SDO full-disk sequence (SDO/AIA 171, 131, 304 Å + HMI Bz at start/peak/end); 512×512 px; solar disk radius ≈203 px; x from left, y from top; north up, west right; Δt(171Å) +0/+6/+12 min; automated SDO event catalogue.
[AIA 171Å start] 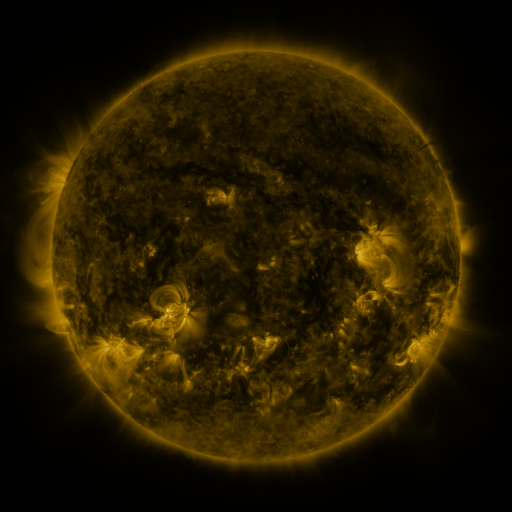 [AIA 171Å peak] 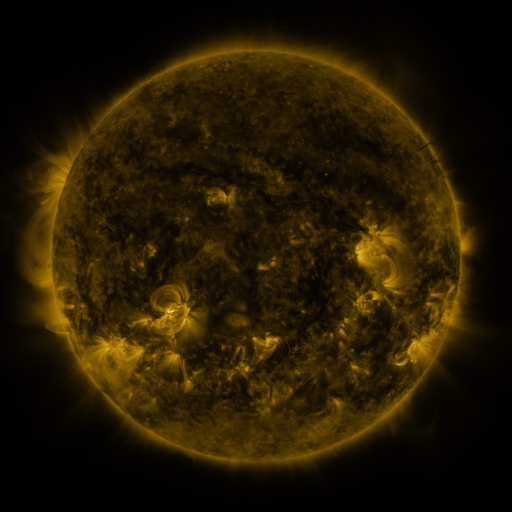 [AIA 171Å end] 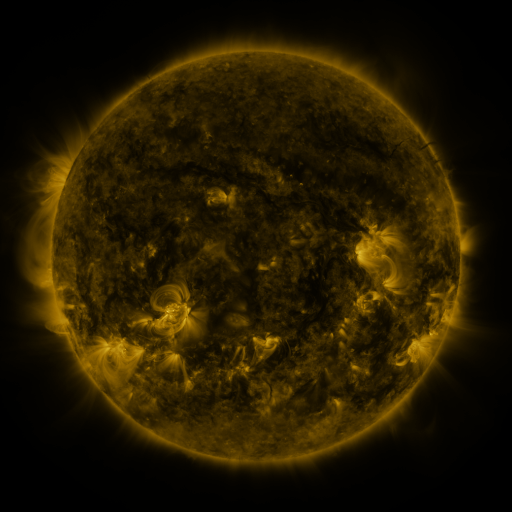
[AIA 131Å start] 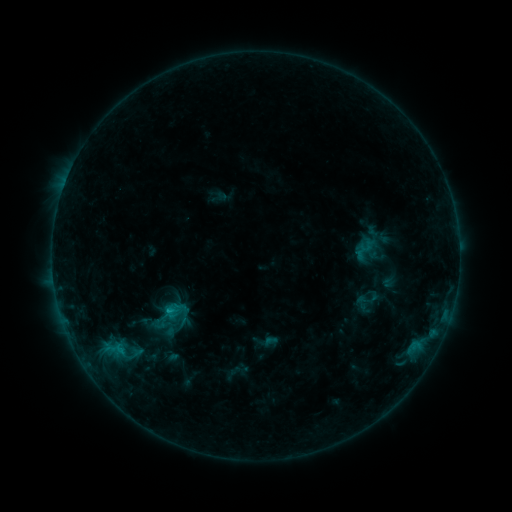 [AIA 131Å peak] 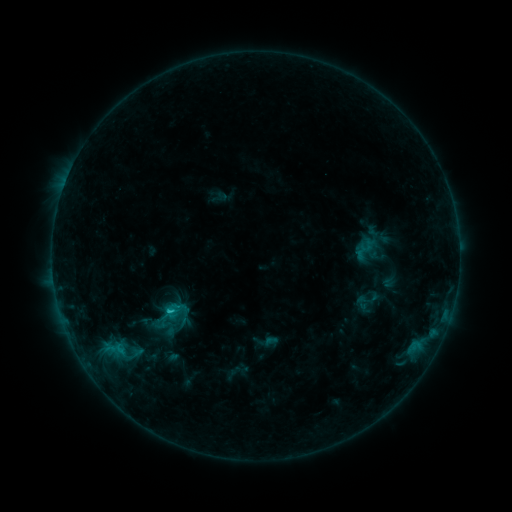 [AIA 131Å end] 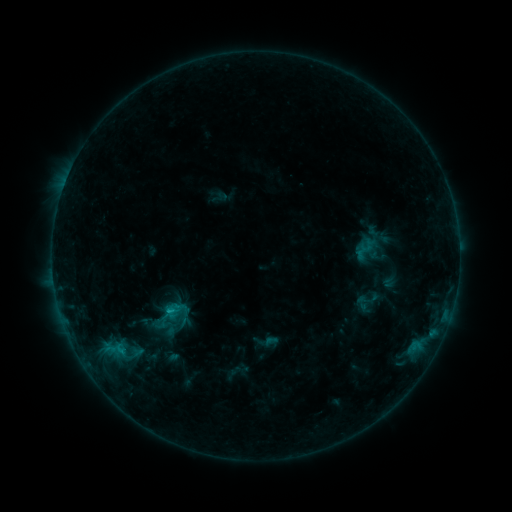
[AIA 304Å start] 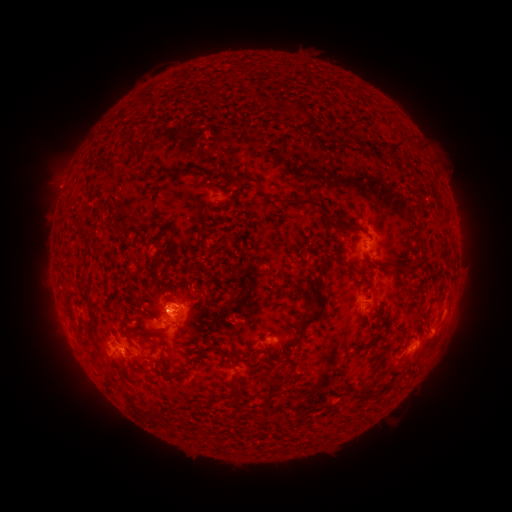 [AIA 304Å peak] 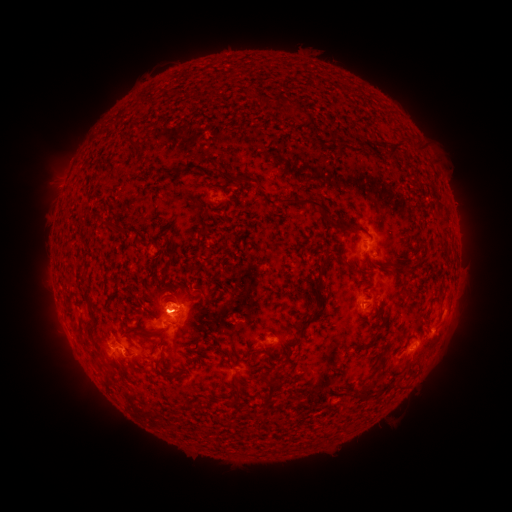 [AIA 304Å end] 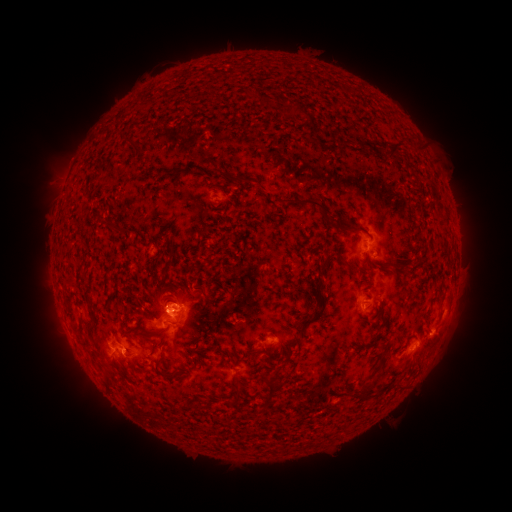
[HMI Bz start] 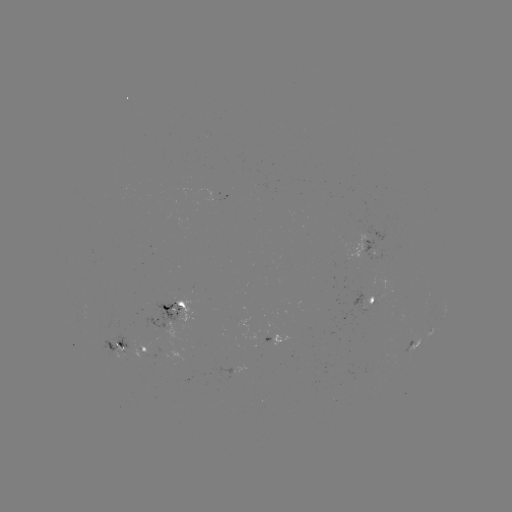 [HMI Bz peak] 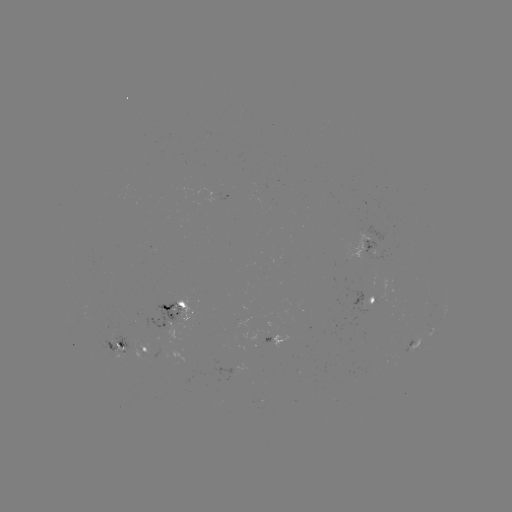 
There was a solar flare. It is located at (171, 310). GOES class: C1.0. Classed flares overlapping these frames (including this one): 1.